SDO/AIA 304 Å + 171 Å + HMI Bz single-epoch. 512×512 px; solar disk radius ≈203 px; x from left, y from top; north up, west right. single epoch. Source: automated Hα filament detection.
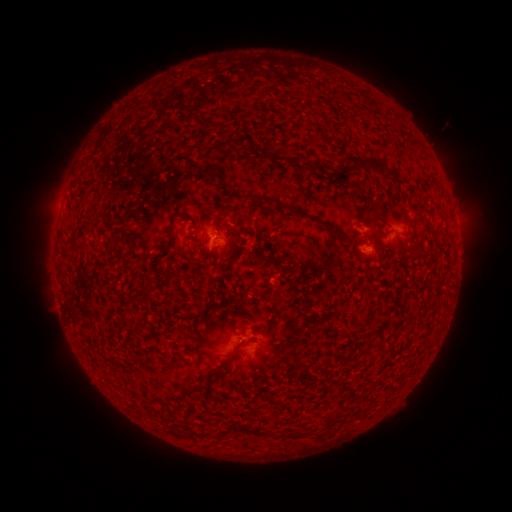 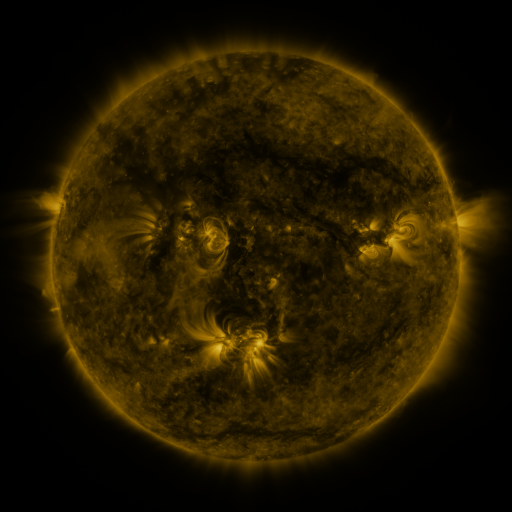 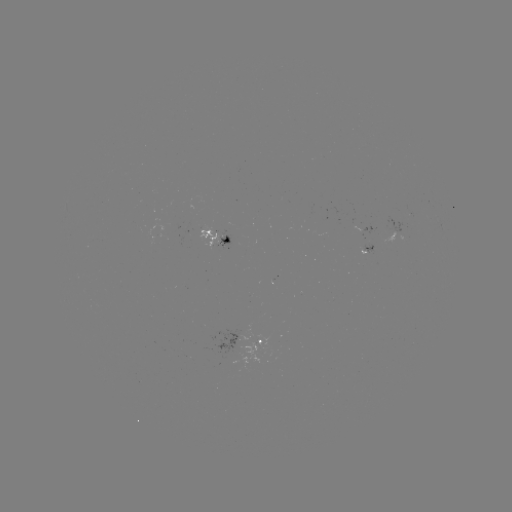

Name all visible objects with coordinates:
filament: (199, 81)
filament: (322, 82)
filament: (170, 92)
filament: (341, 96)
filament: (364, 111)
filament: (151, 117)
filament: (131, 135)
filament: (231, 142)
filament: (371, 161)
filament: (212, 176)
filament: (428, 177)
filament: (256, 197)
filament: (271, 201)
filament: (297, 213)
filament: (342, 235)
filament: (148, 290)
filament: (131, 376)
filament: (151, 394)
filament: (364, 403)
filament: (341, 416)
filament: (170, 419)
filament: (324, 423)
filament: (199, 428)
